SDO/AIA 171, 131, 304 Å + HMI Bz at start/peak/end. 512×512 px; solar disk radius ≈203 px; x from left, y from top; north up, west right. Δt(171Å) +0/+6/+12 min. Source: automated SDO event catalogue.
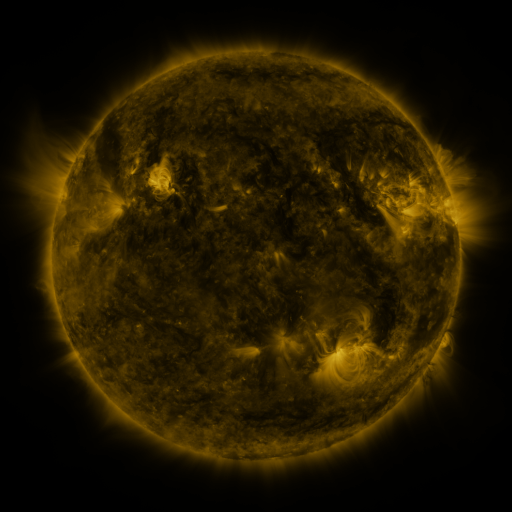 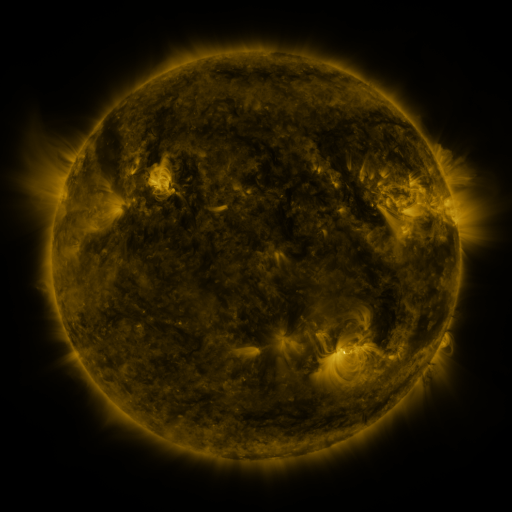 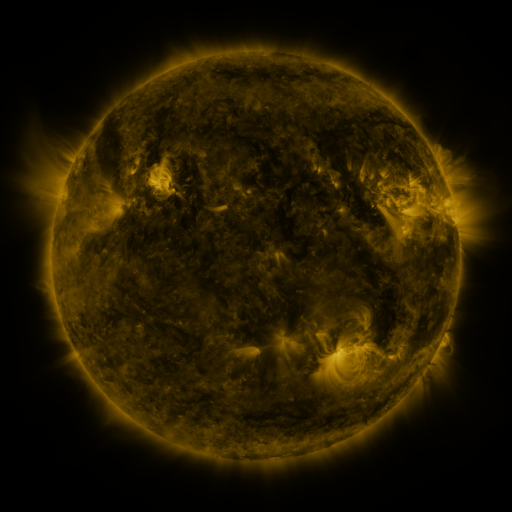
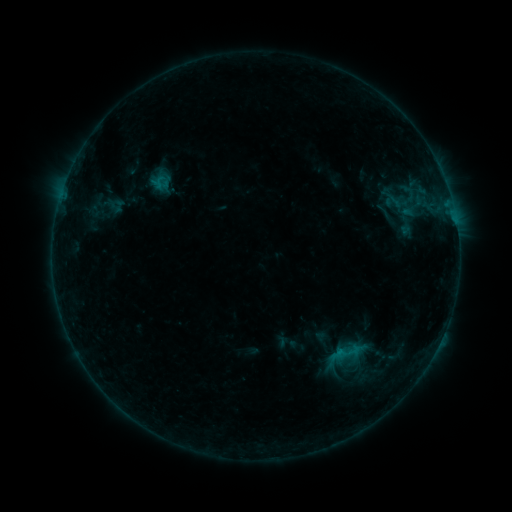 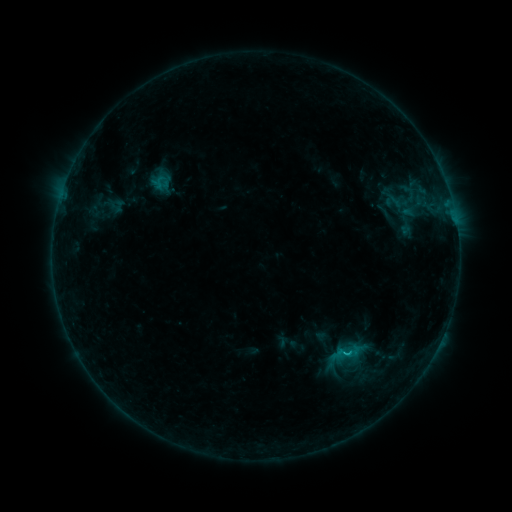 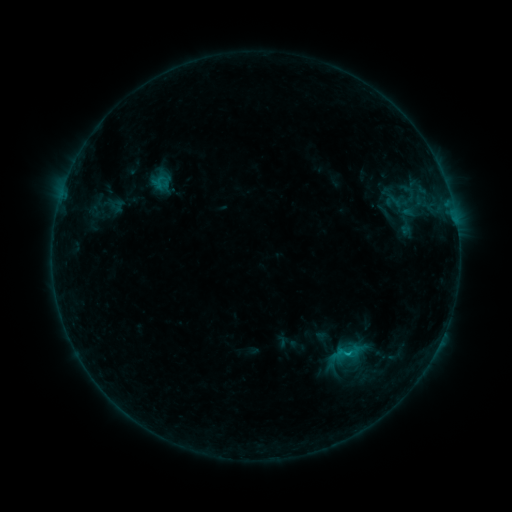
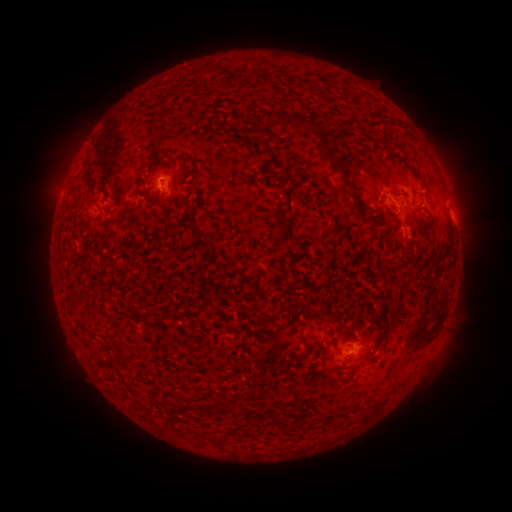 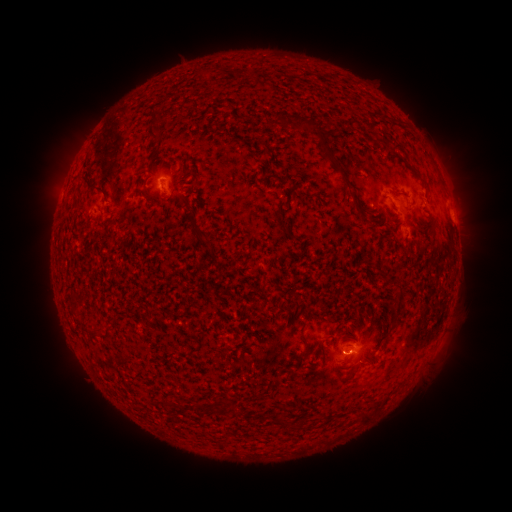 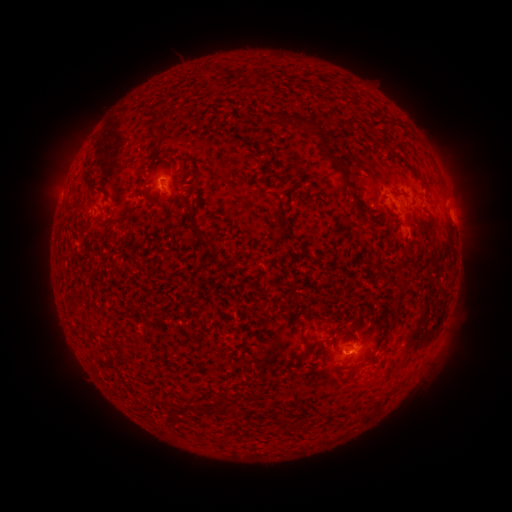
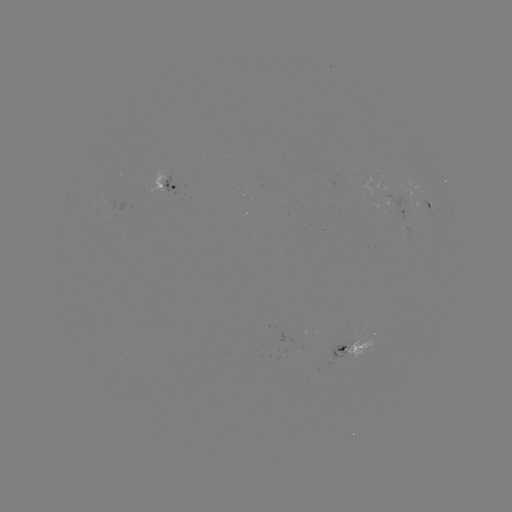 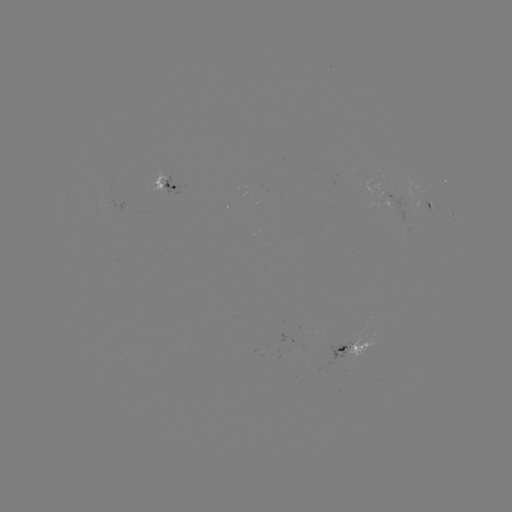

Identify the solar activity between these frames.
B5.7 flare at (346, 352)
